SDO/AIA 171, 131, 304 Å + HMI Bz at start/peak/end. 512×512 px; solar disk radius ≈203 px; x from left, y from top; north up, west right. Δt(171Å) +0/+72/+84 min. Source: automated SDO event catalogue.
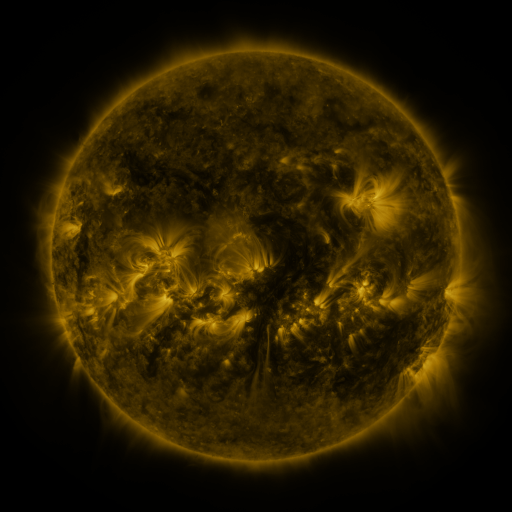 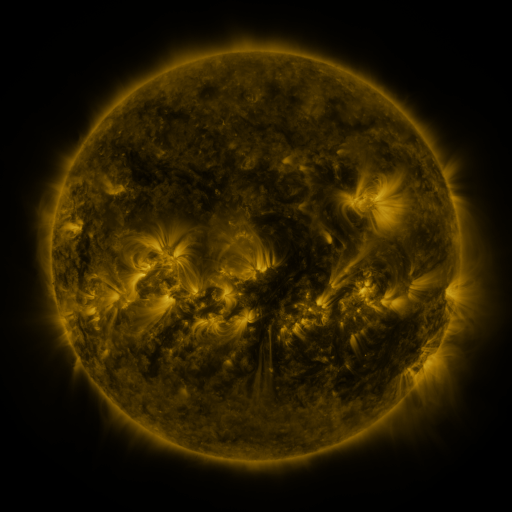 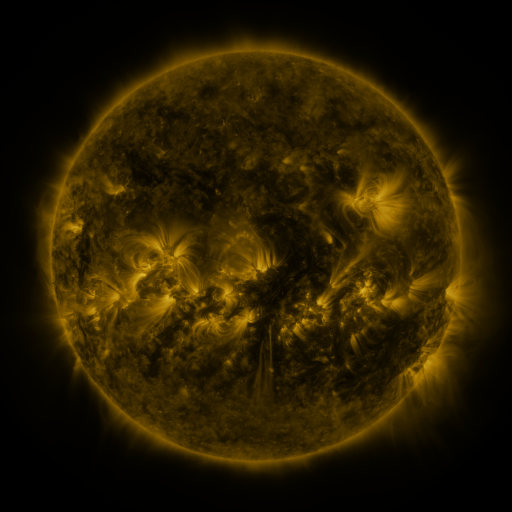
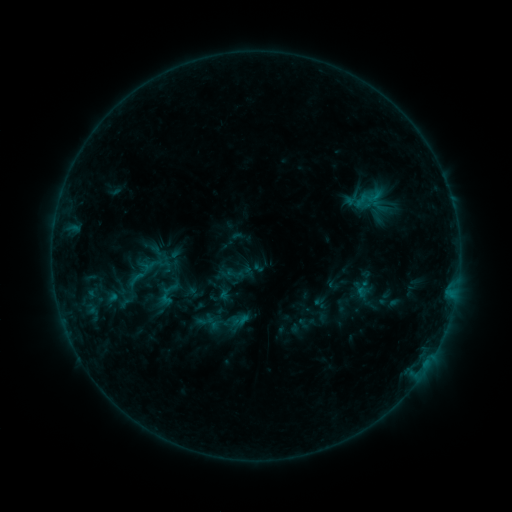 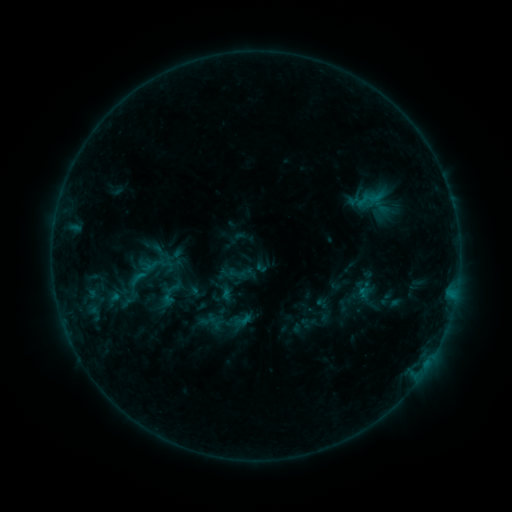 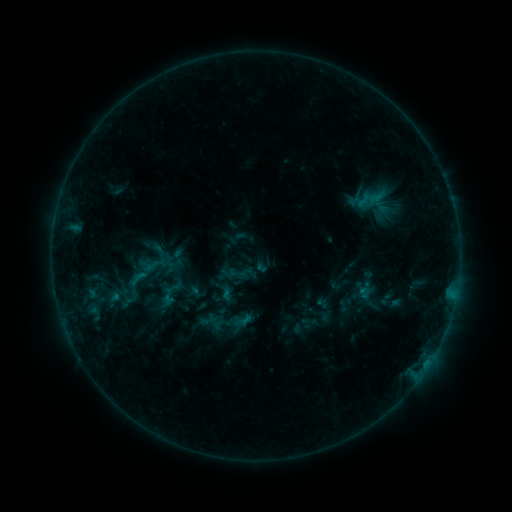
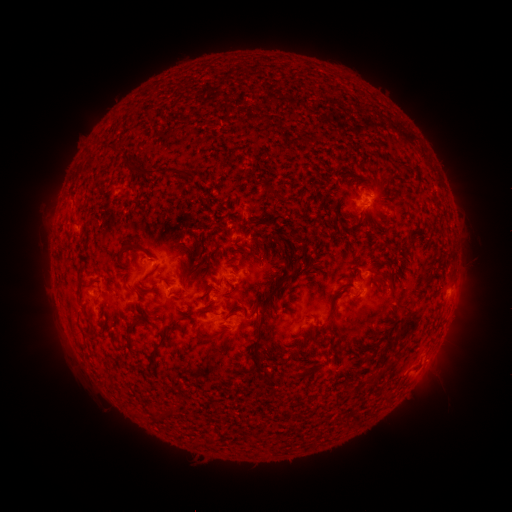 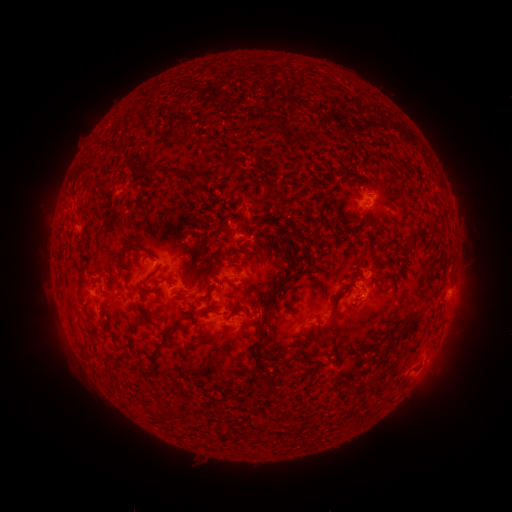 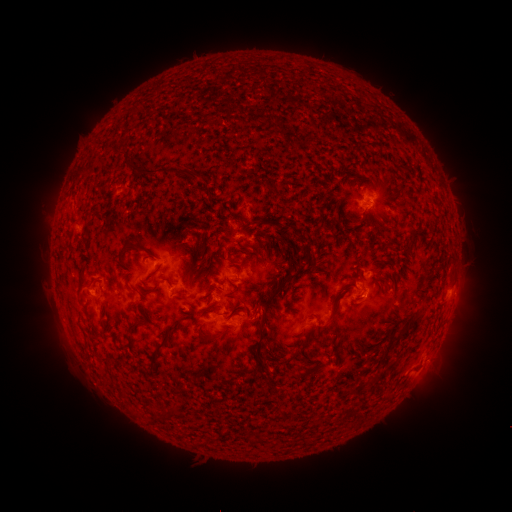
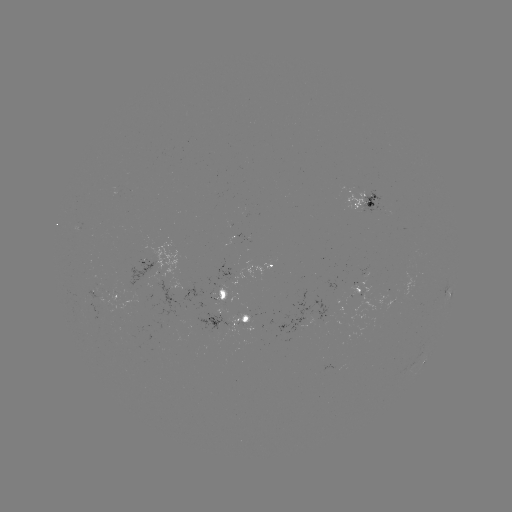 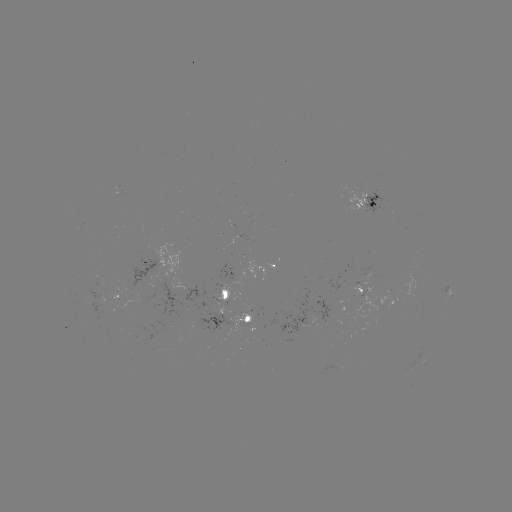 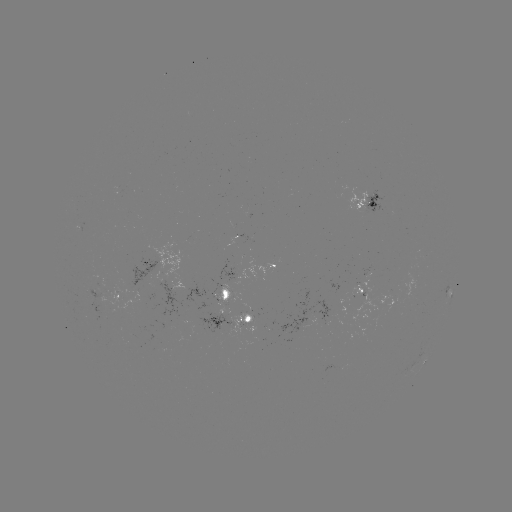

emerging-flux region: [87, 291, 100, 300]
